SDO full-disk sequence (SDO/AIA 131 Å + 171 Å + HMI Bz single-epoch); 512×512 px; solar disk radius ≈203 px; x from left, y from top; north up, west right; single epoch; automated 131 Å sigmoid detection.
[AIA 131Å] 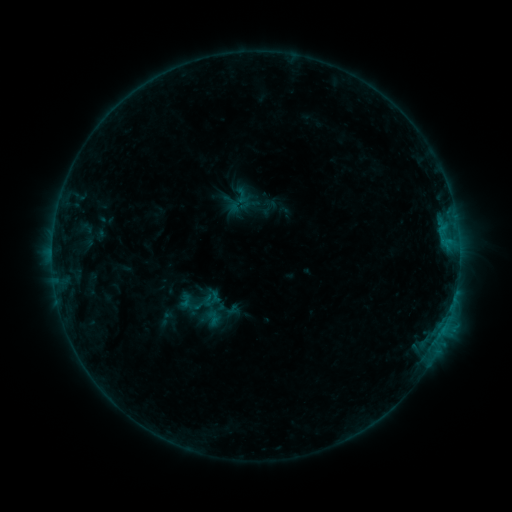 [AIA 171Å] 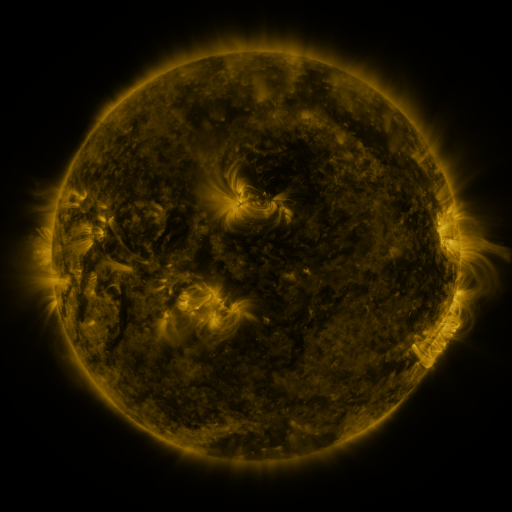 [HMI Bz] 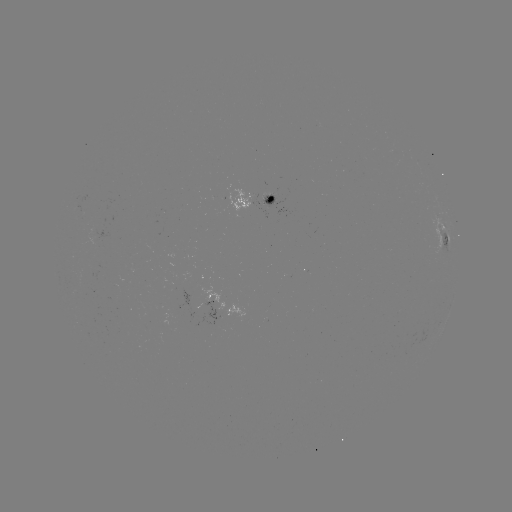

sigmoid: [234, 188, 250, 204]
